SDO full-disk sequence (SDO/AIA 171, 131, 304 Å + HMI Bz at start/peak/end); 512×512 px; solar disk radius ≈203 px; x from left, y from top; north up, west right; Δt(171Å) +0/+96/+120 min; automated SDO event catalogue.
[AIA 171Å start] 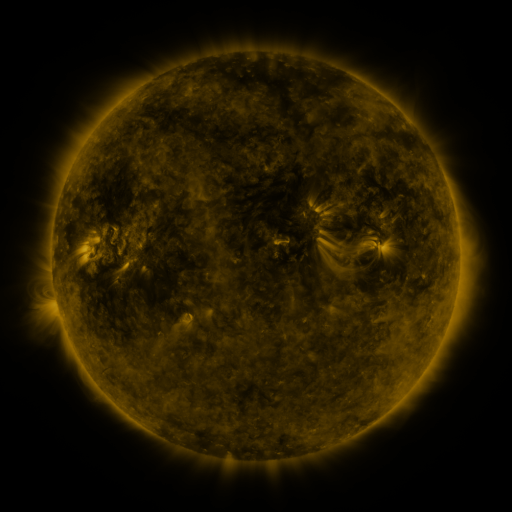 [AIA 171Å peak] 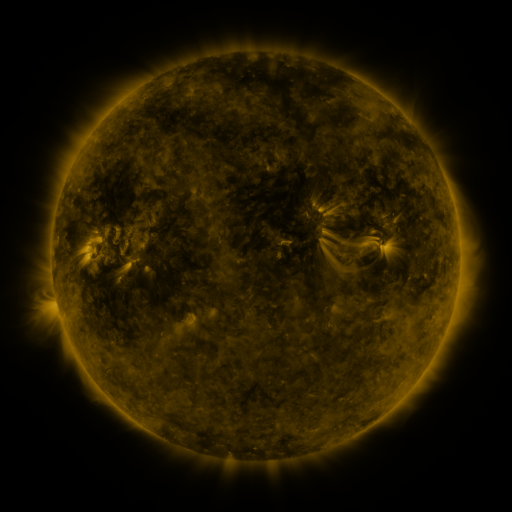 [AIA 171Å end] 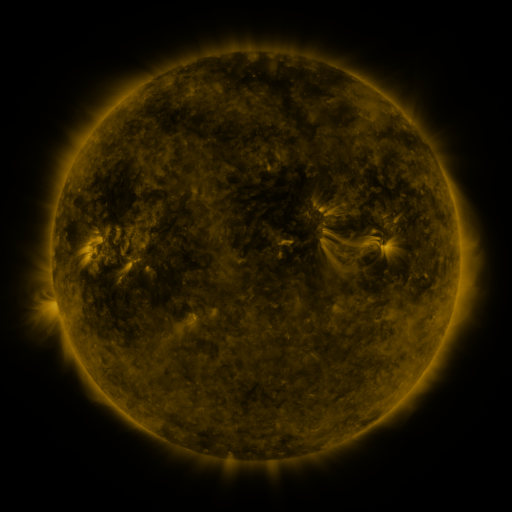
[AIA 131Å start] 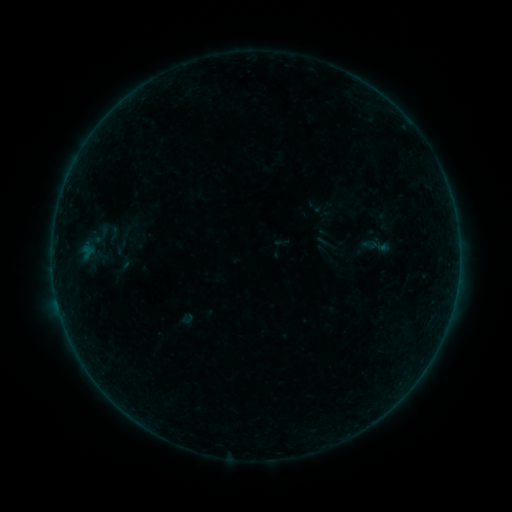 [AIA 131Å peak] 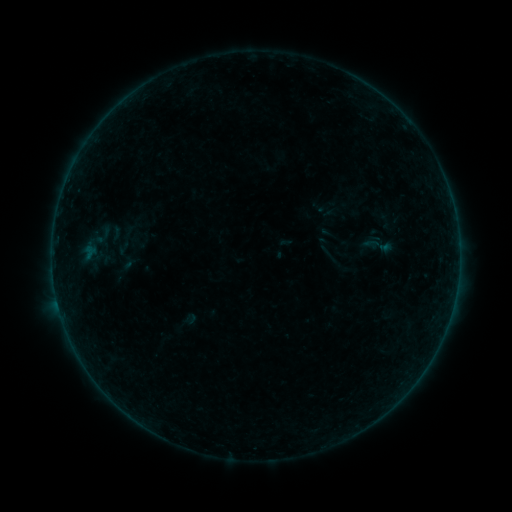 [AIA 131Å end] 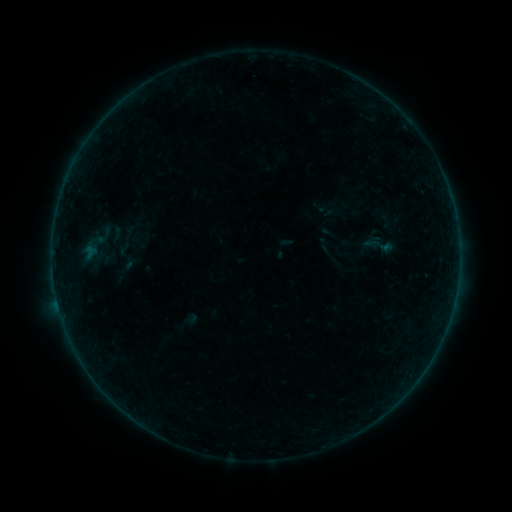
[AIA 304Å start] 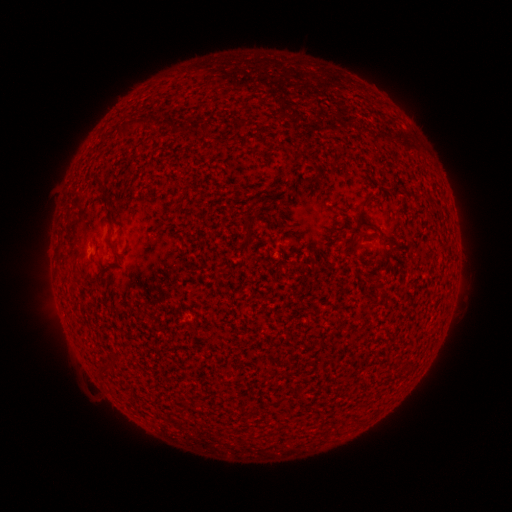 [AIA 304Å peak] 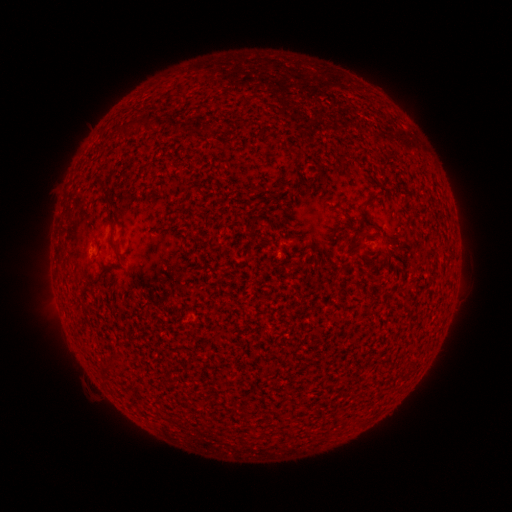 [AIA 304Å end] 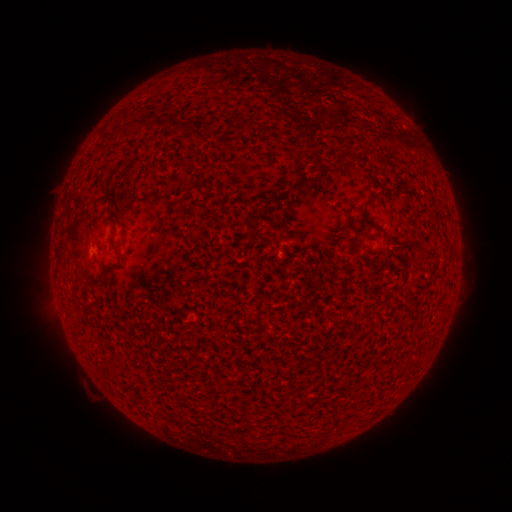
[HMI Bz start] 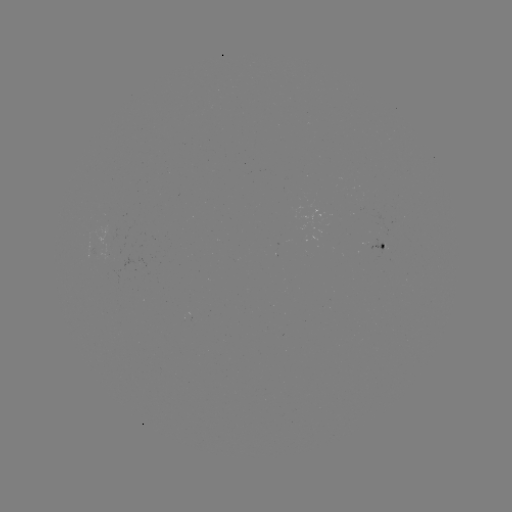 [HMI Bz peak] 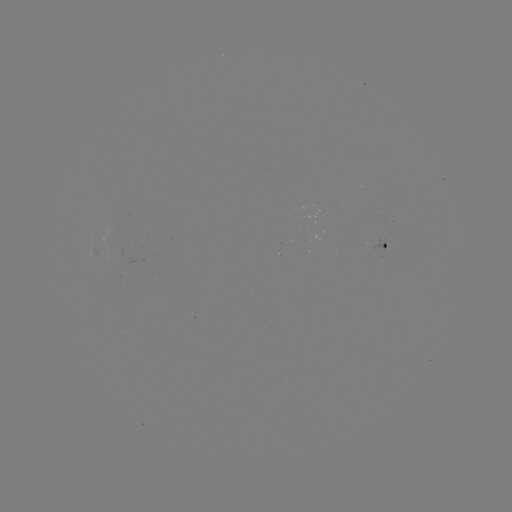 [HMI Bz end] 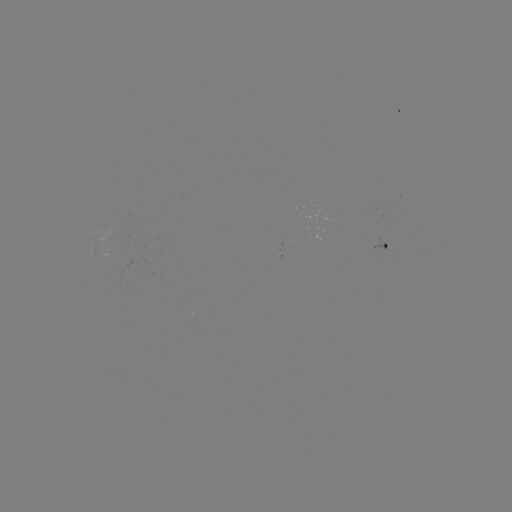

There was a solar emerging-flux region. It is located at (376, 244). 